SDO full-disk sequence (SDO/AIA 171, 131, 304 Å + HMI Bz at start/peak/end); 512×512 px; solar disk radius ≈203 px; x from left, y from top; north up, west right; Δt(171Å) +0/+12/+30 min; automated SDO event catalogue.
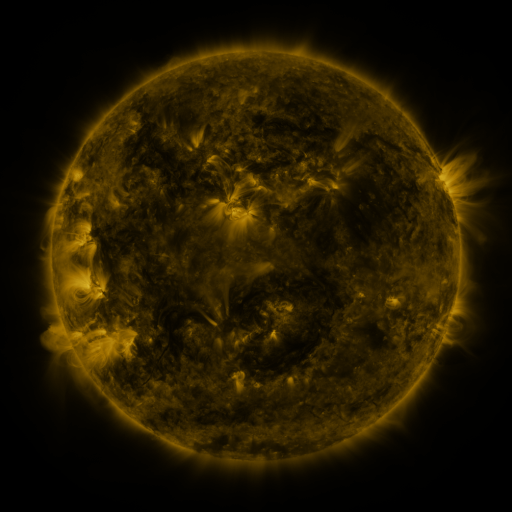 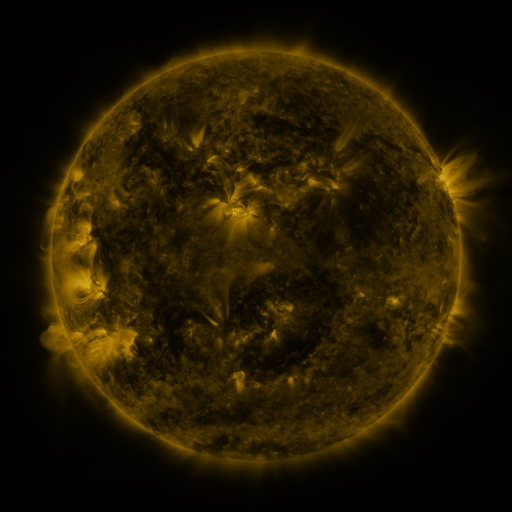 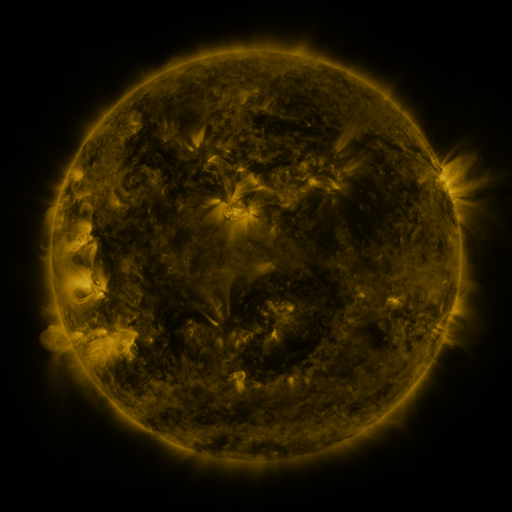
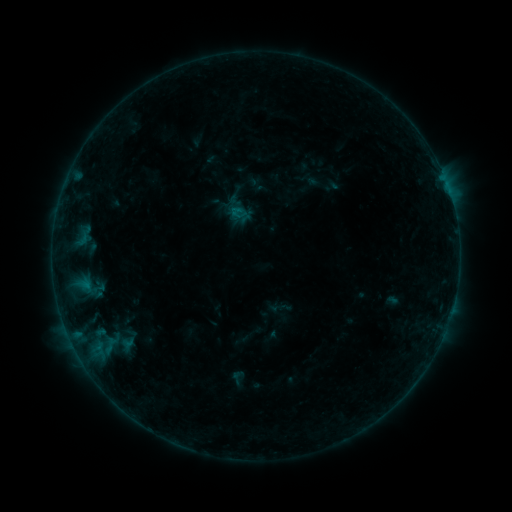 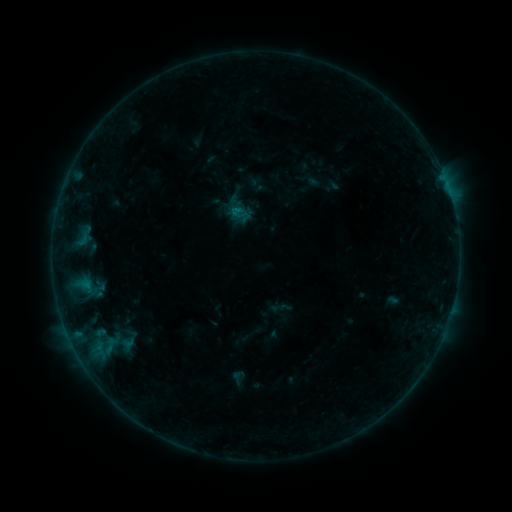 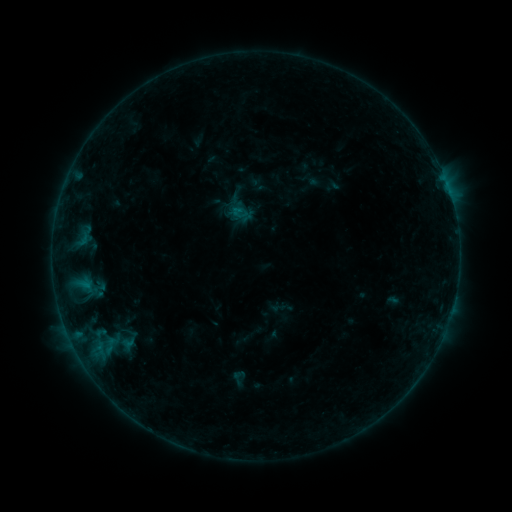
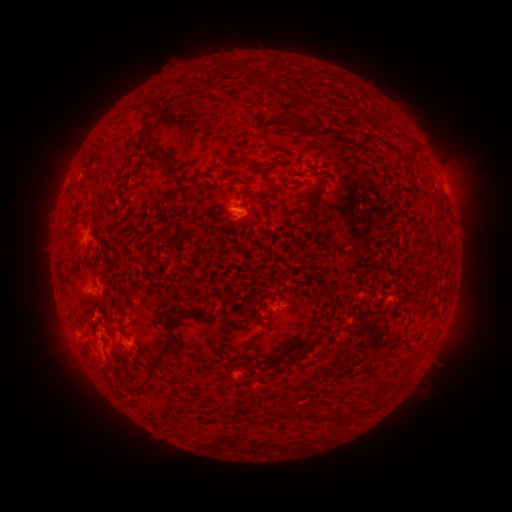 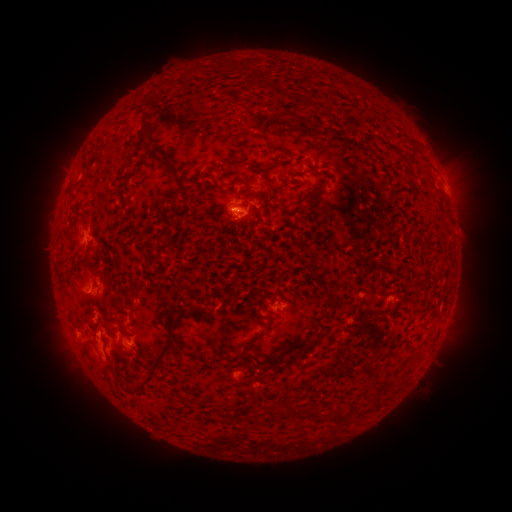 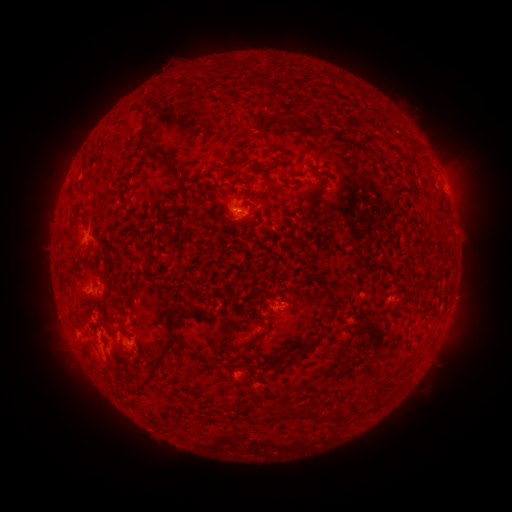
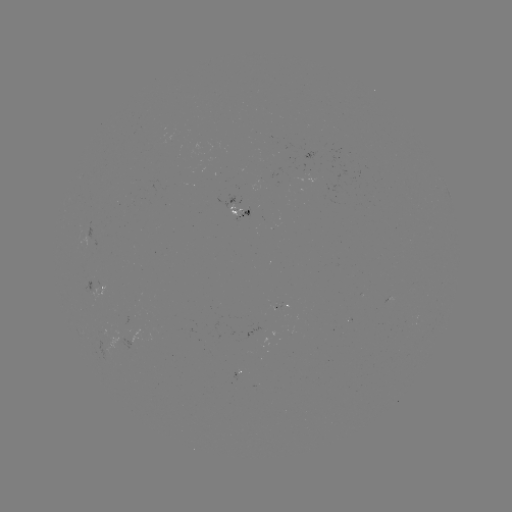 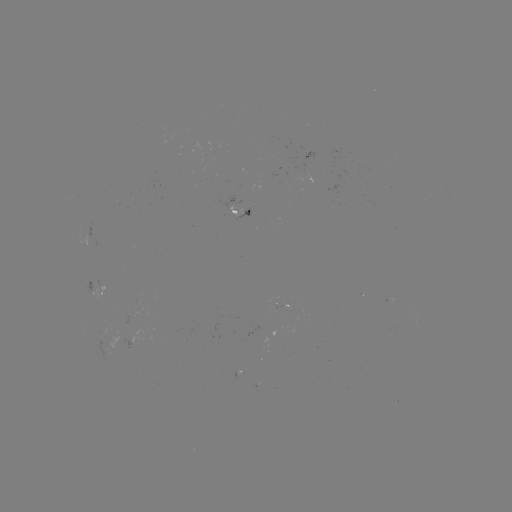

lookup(B3.3 flare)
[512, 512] (234, 207)